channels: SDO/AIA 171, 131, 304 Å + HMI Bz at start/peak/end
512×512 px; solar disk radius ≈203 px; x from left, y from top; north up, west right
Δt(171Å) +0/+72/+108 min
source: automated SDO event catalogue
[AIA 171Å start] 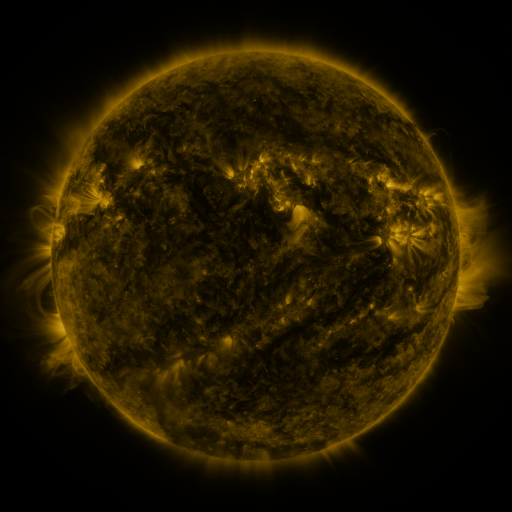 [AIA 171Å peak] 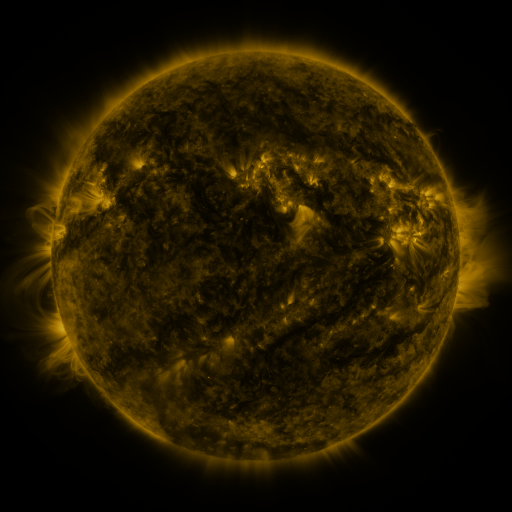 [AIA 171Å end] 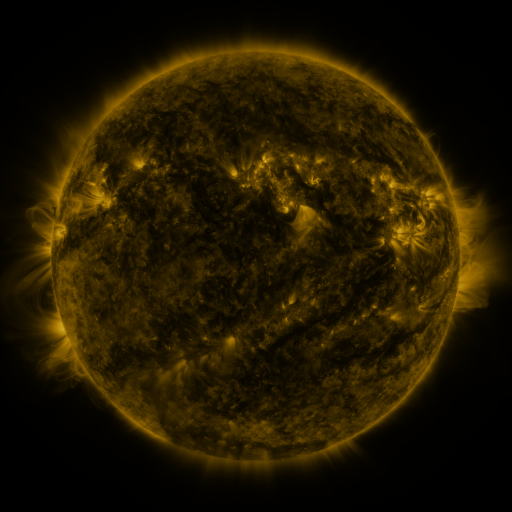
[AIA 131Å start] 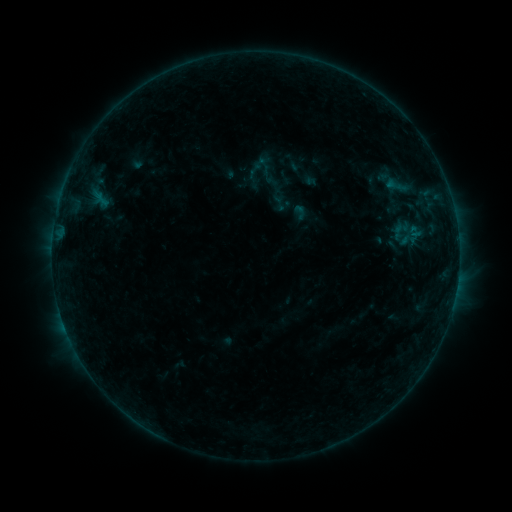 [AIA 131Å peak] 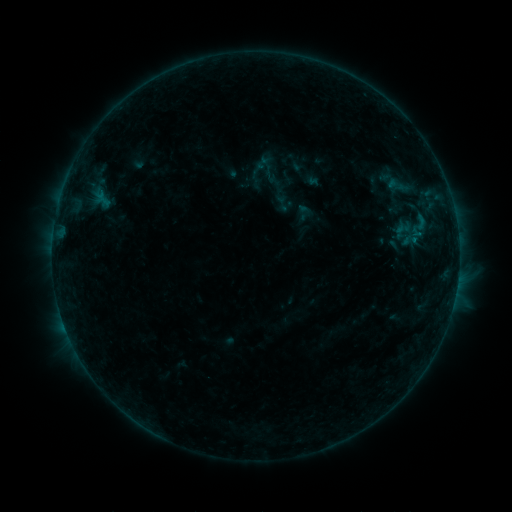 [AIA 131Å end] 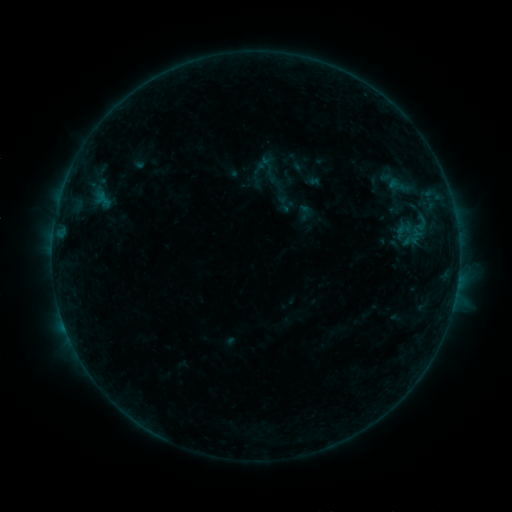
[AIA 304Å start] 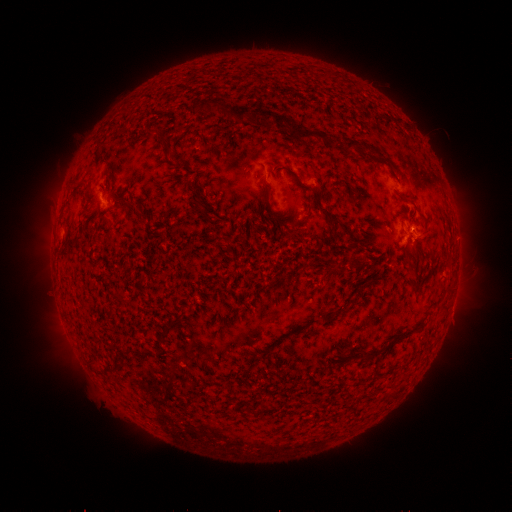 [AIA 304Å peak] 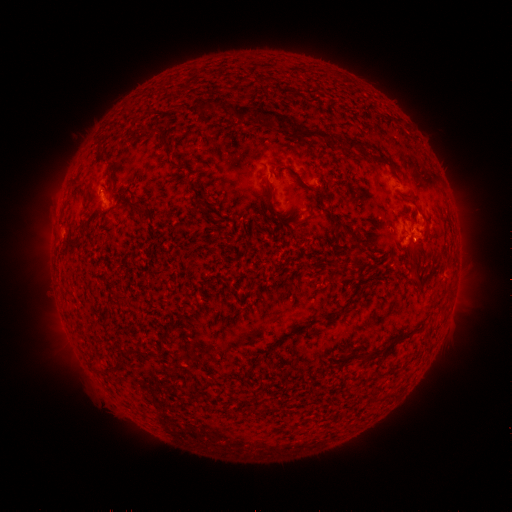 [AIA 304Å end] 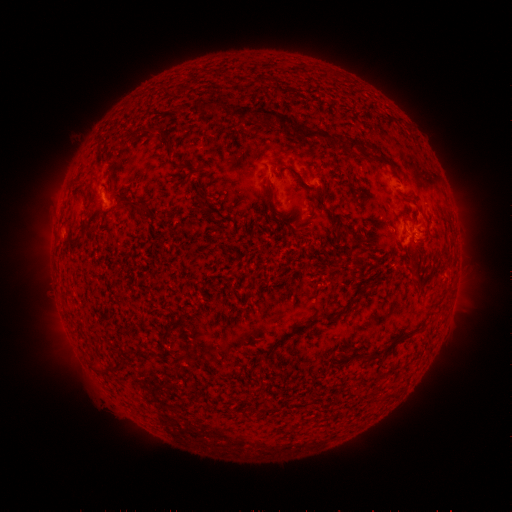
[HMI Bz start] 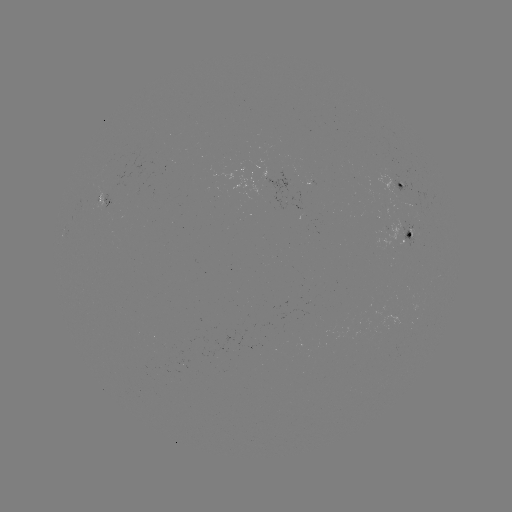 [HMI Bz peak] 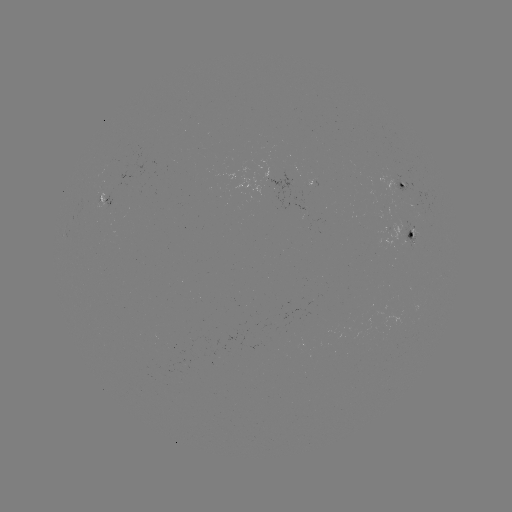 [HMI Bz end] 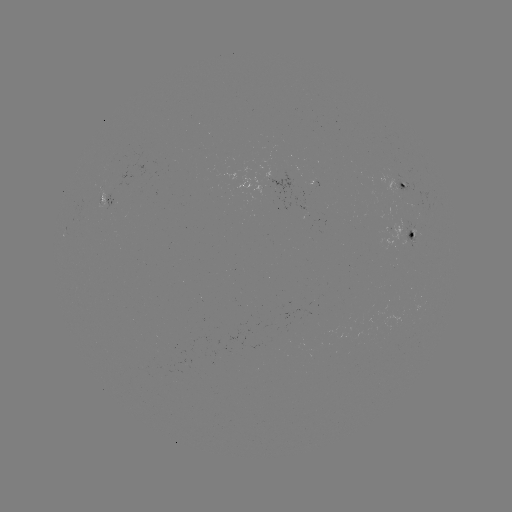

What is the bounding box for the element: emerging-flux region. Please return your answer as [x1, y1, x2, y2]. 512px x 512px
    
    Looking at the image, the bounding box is [255, 159, 292, 211].